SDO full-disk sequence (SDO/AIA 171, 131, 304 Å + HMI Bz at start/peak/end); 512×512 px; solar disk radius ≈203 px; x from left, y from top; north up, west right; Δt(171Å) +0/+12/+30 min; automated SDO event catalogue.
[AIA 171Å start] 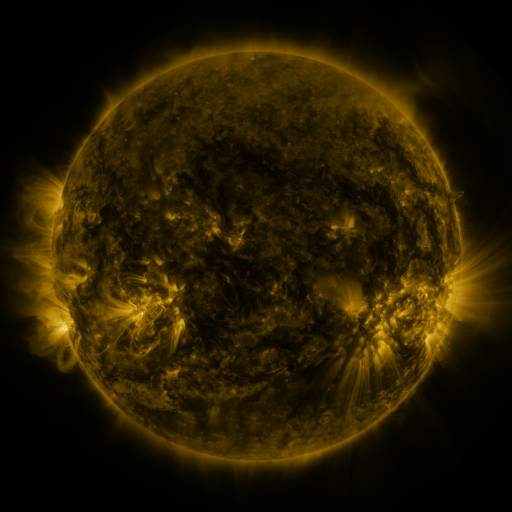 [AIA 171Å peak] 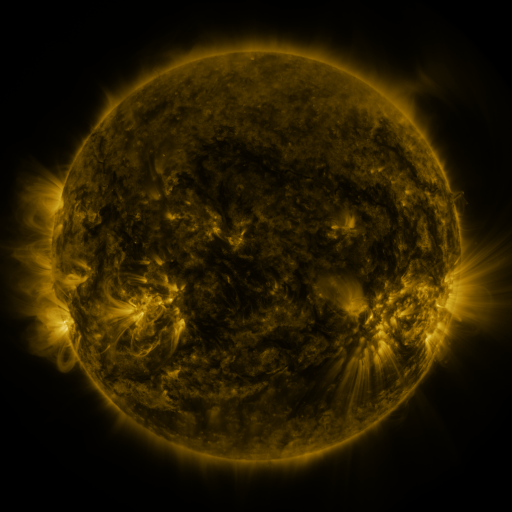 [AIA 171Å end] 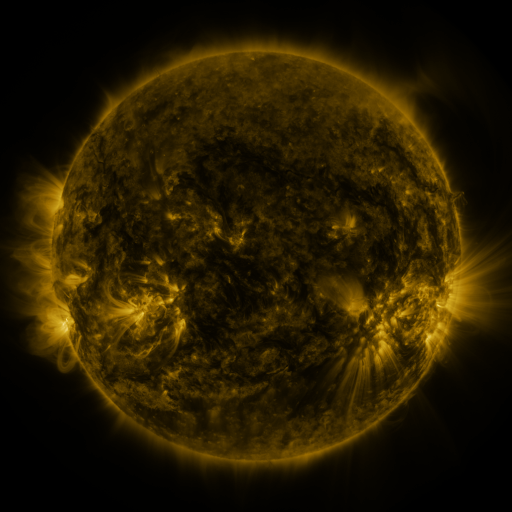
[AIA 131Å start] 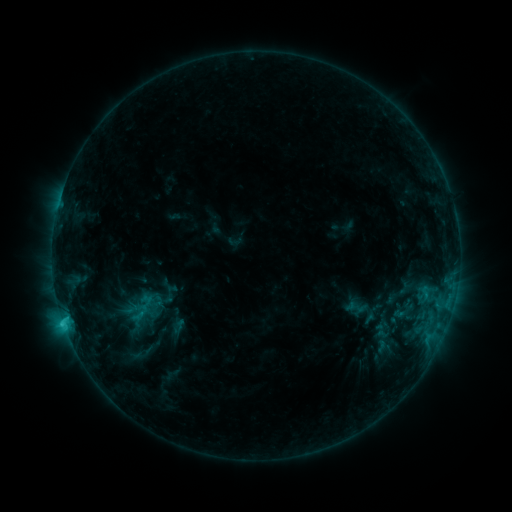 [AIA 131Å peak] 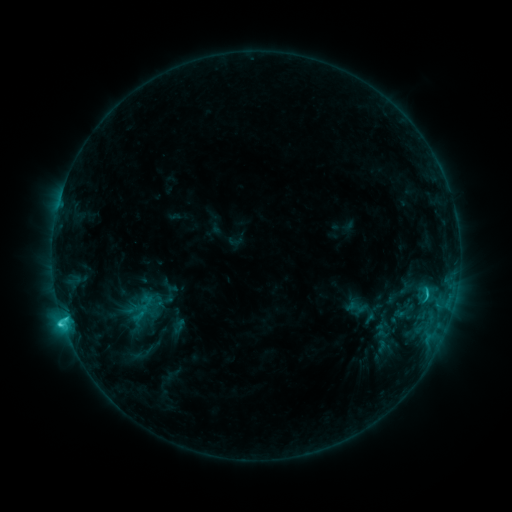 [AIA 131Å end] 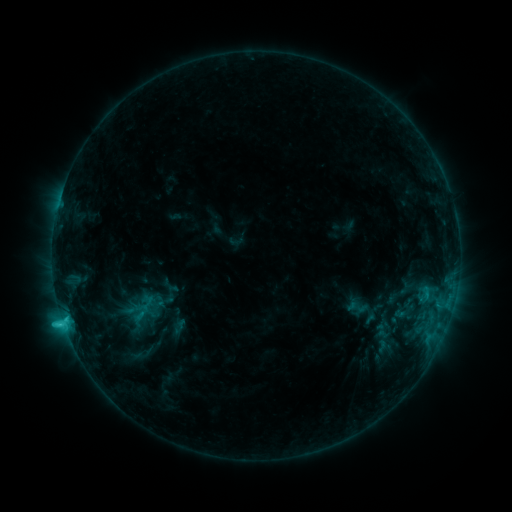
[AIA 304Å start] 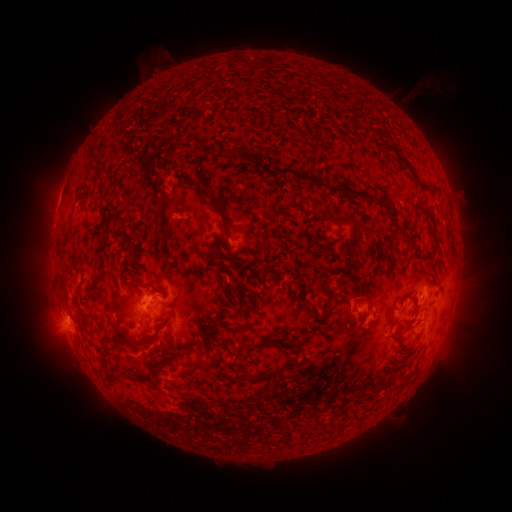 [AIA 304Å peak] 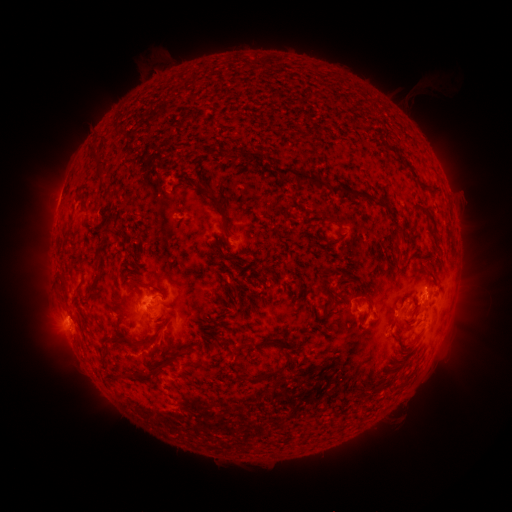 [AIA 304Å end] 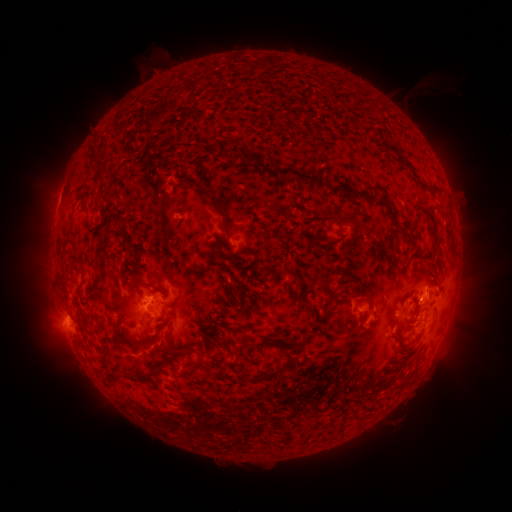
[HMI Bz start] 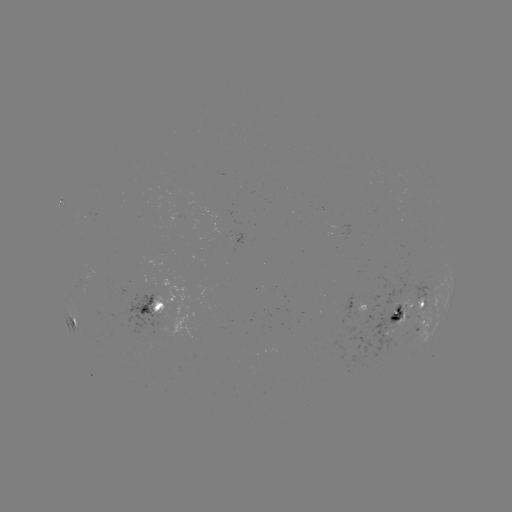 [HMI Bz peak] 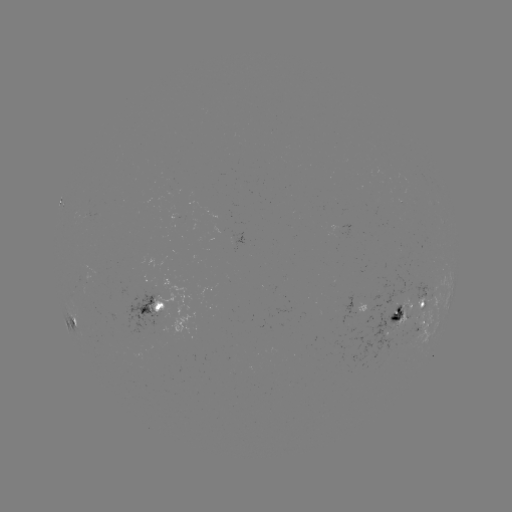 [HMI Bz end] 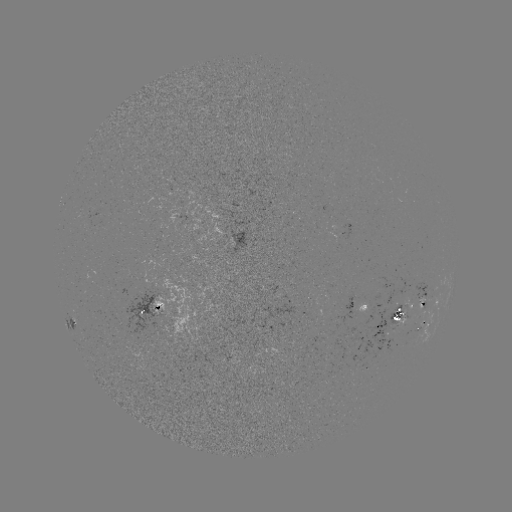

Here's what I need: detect C2.7 flare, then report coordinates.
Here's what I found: C2.7 flare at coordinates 427,294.